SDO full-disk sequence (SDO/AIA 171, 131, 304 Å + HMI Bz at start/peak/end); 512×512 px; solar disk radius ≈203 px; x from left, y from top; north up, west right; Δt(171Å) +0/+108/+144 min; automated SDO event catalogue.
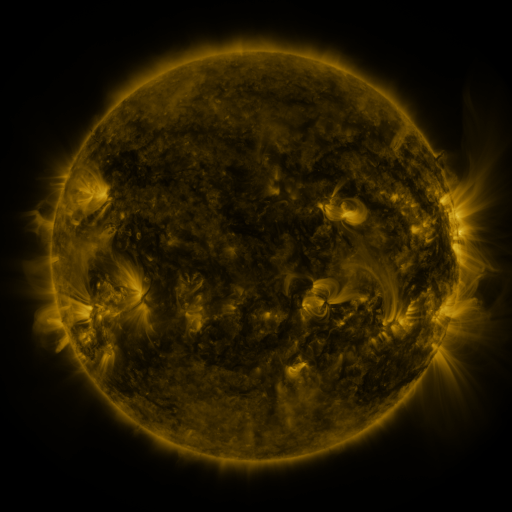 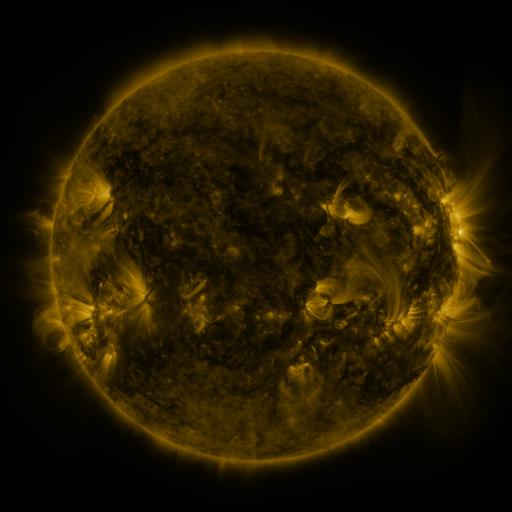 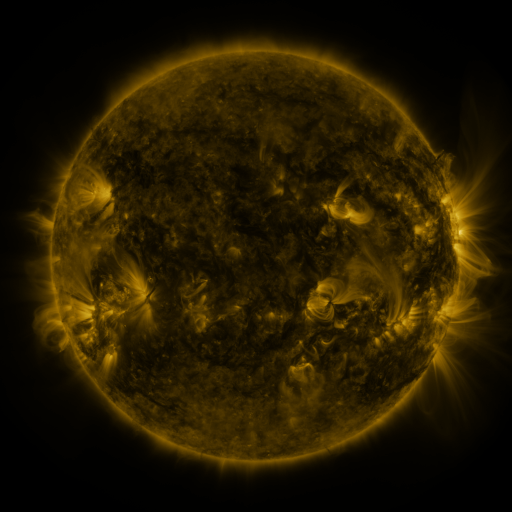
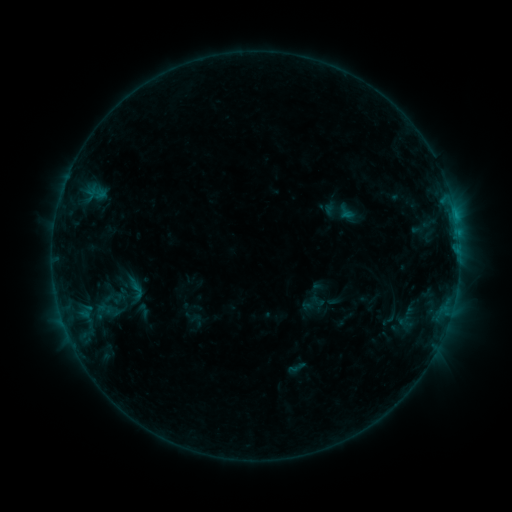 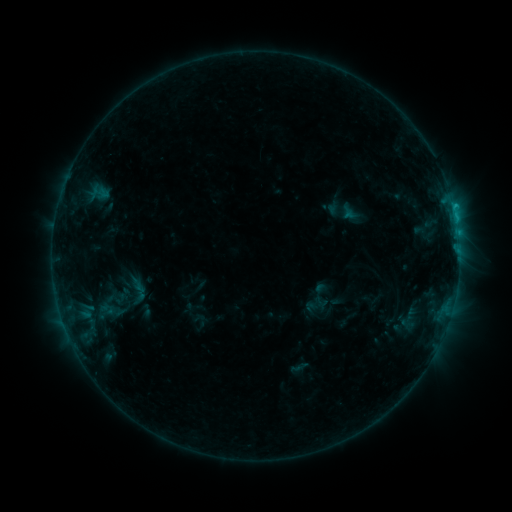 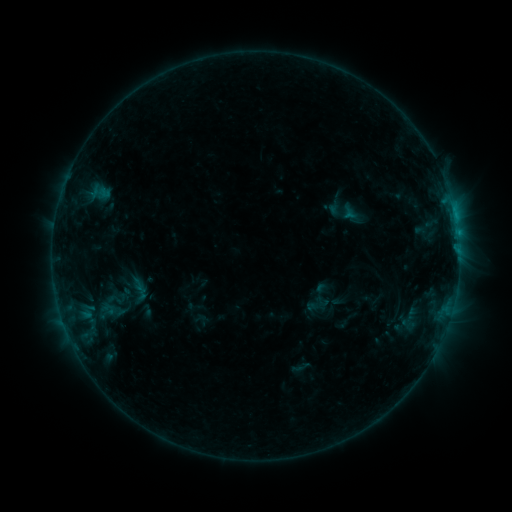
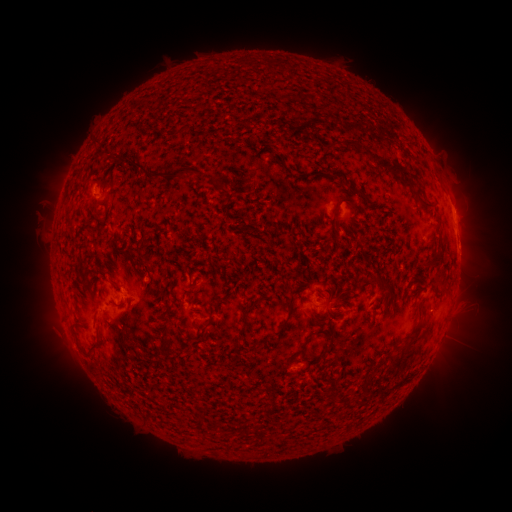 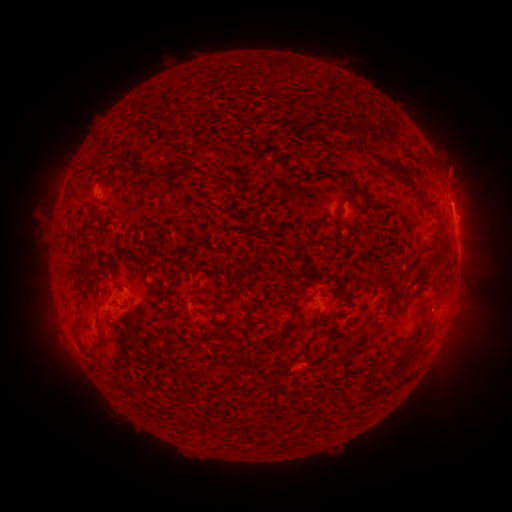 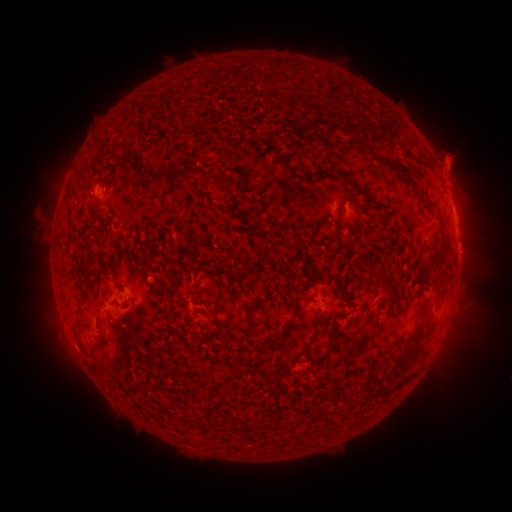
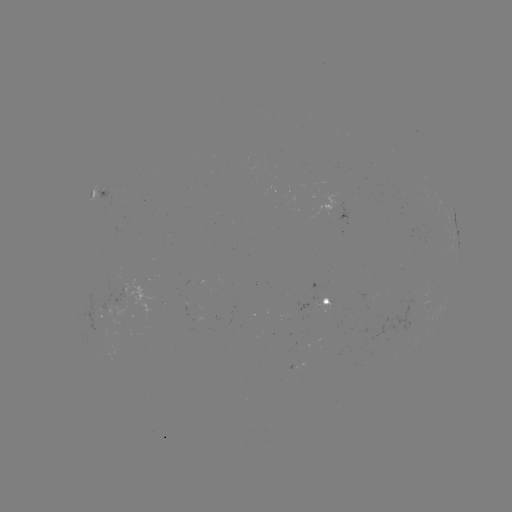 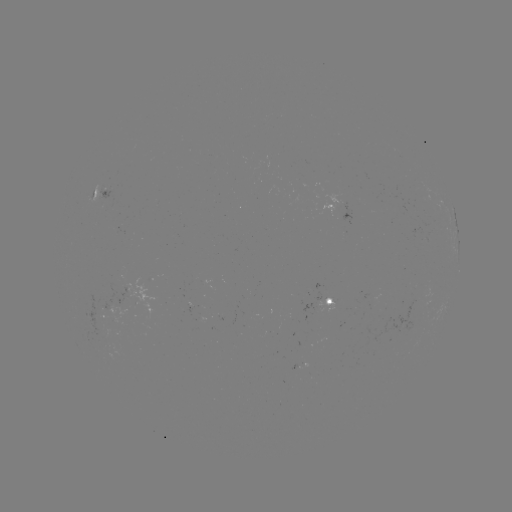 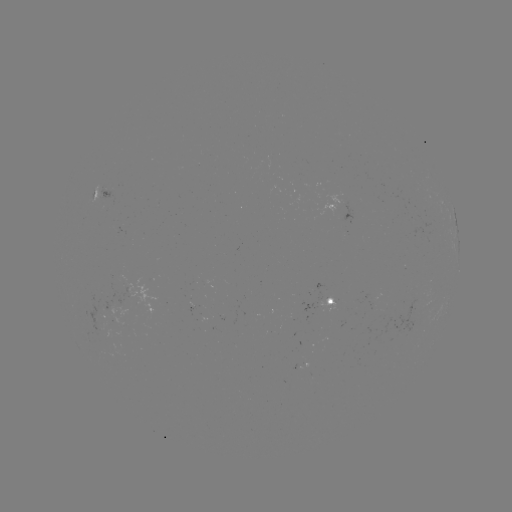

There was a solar emerging-flux region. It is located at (122, 301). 